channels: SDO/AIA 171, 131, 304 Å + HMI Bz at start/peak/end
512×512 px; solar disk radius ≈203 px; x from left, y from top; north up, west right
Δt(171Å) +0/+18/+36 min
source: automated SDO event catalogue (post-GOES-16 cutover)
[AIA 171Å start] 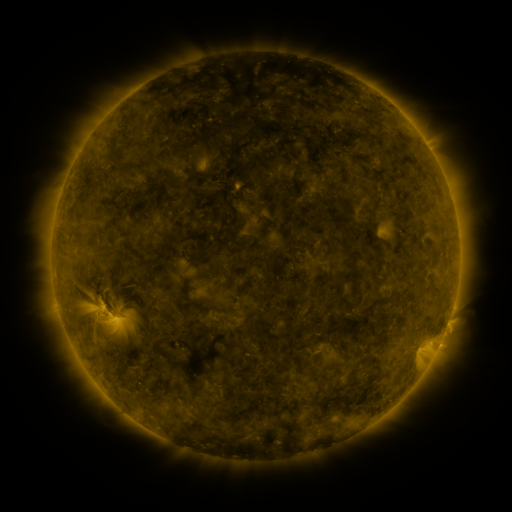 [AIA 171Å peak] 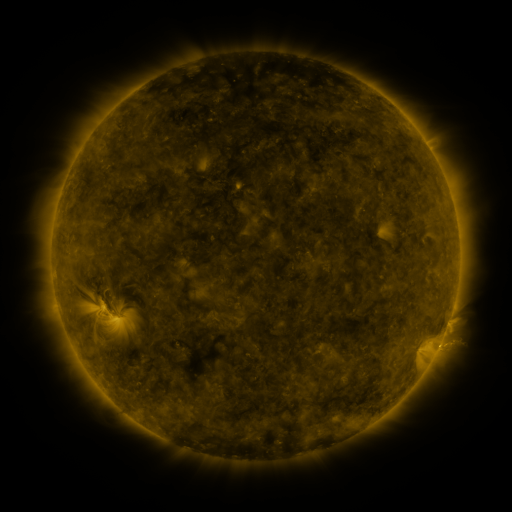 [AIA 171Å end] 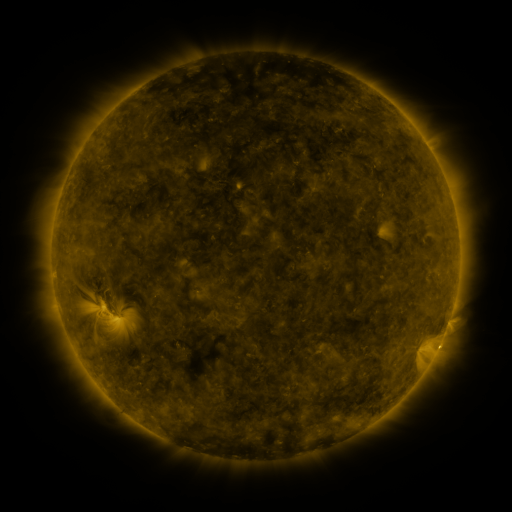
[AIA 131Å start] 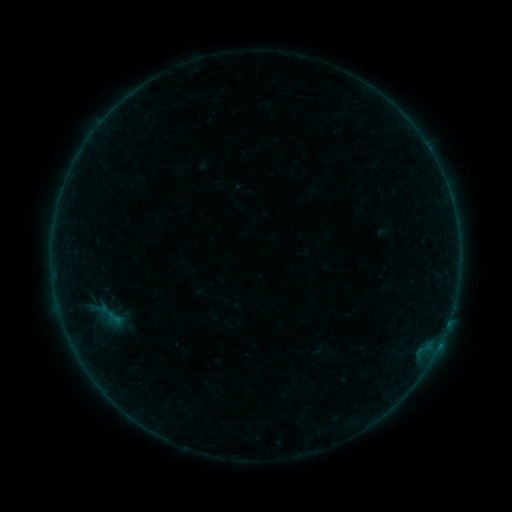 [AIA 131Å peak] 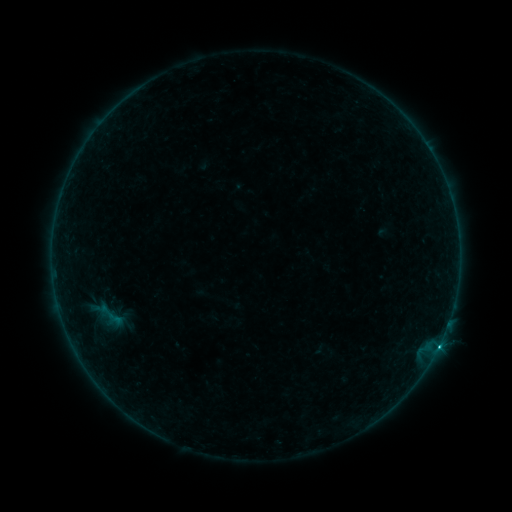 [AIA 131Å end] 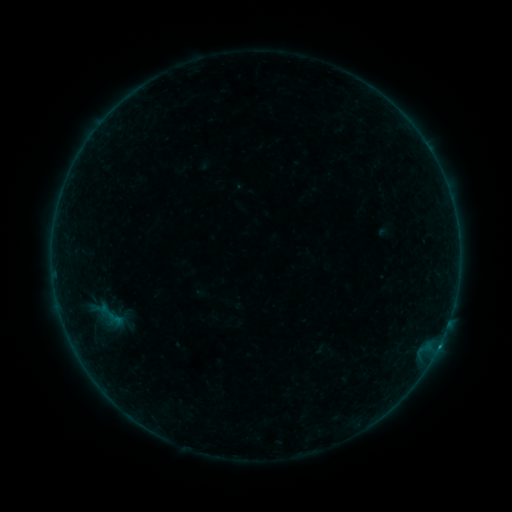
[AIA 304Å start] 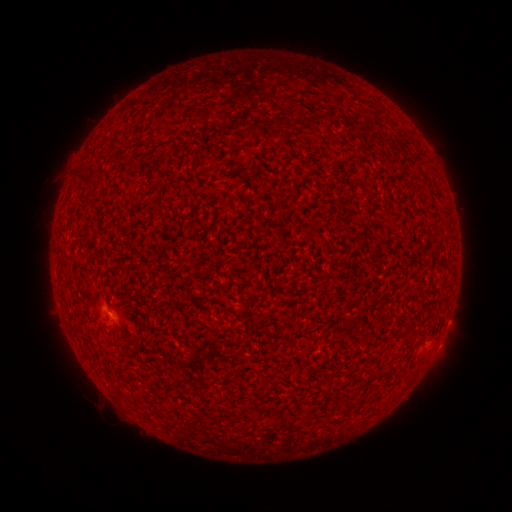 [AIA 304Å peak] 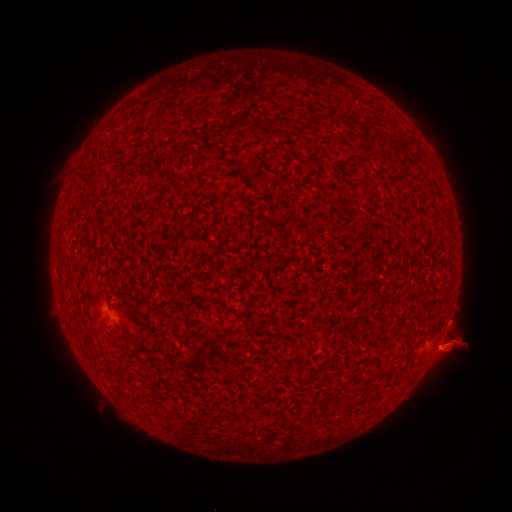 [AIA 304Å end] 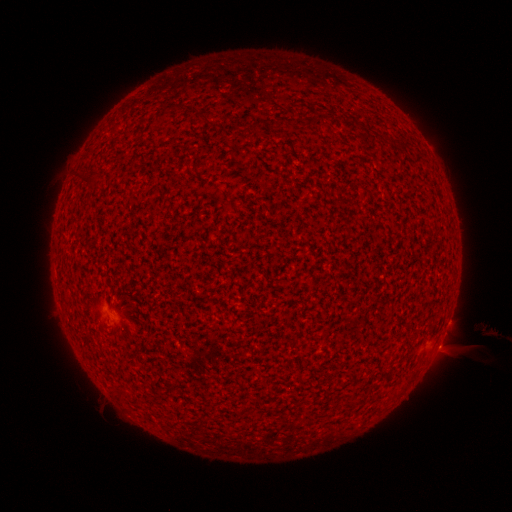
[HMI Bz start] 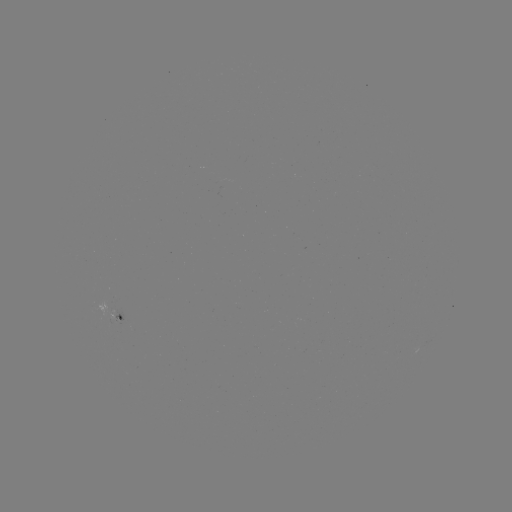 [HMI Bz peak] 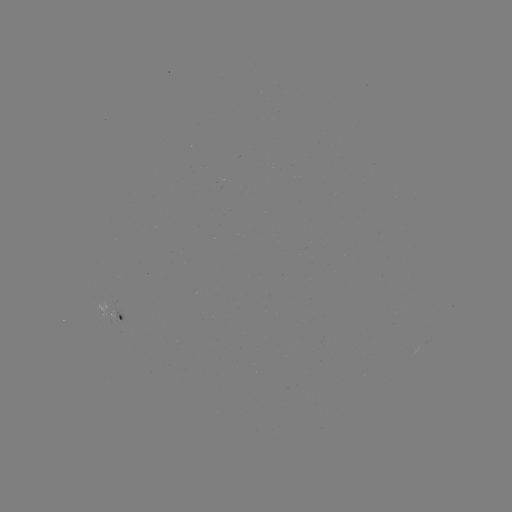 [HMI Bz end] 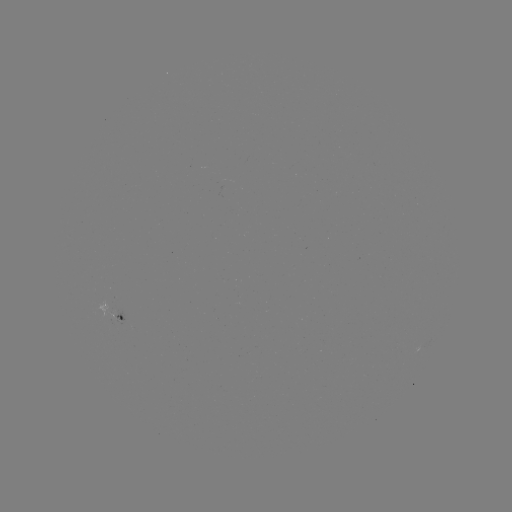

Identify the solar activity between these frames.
C3.5 flare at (438, 345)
